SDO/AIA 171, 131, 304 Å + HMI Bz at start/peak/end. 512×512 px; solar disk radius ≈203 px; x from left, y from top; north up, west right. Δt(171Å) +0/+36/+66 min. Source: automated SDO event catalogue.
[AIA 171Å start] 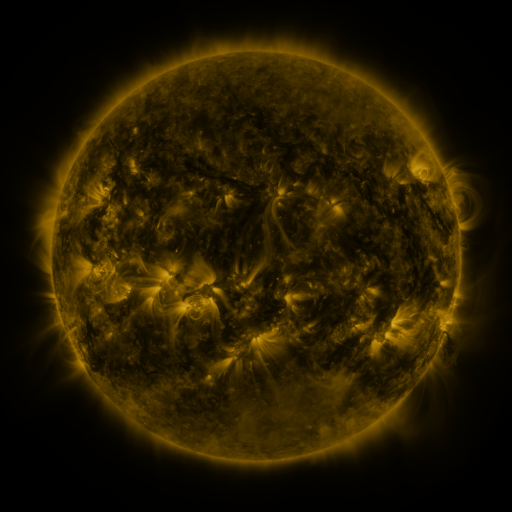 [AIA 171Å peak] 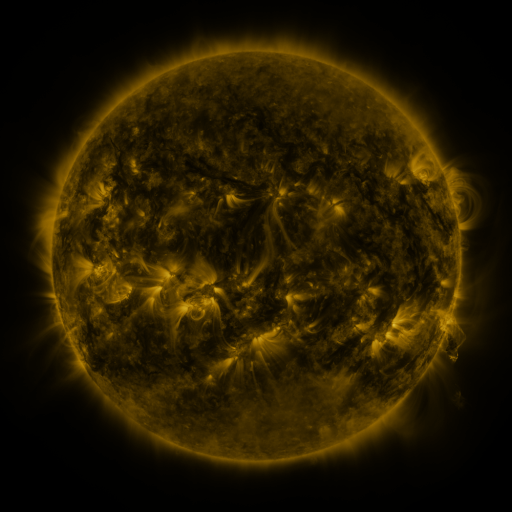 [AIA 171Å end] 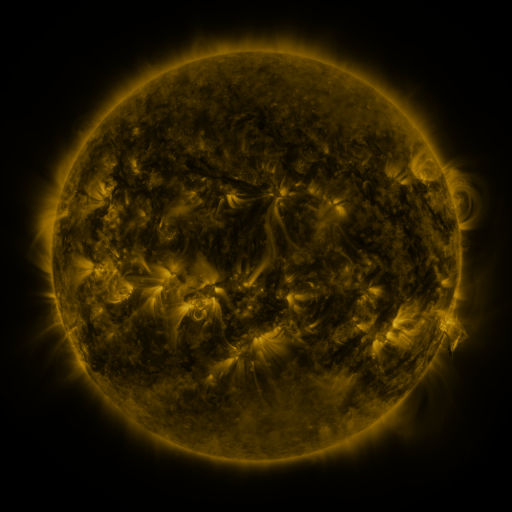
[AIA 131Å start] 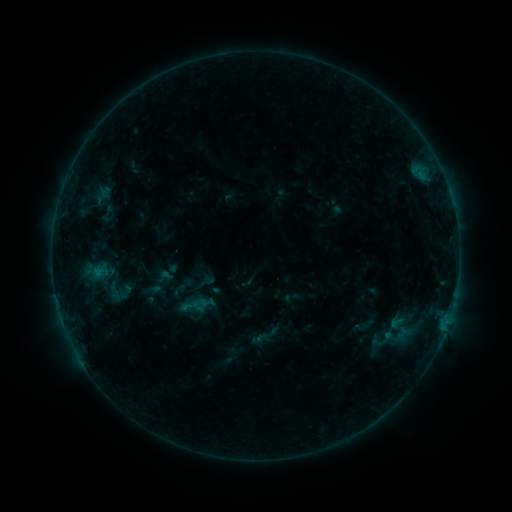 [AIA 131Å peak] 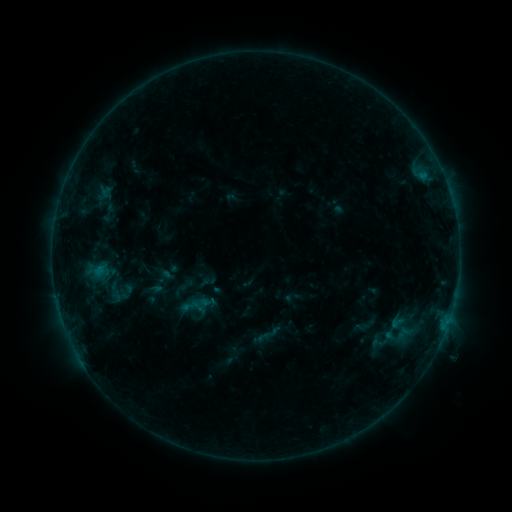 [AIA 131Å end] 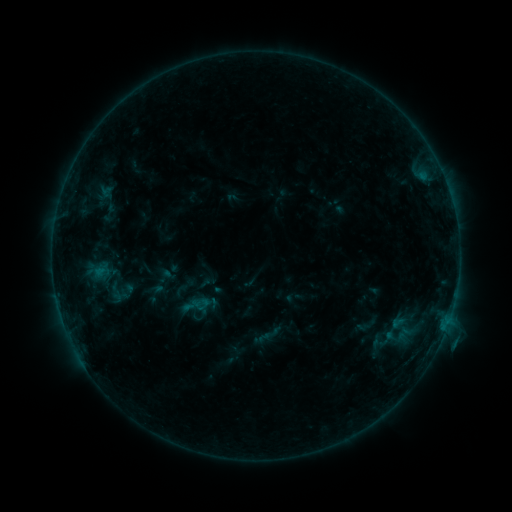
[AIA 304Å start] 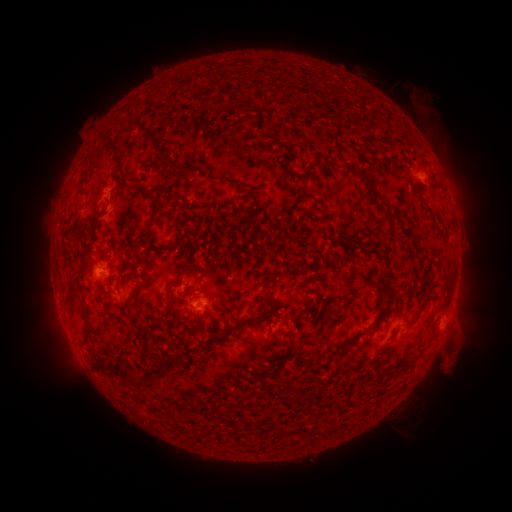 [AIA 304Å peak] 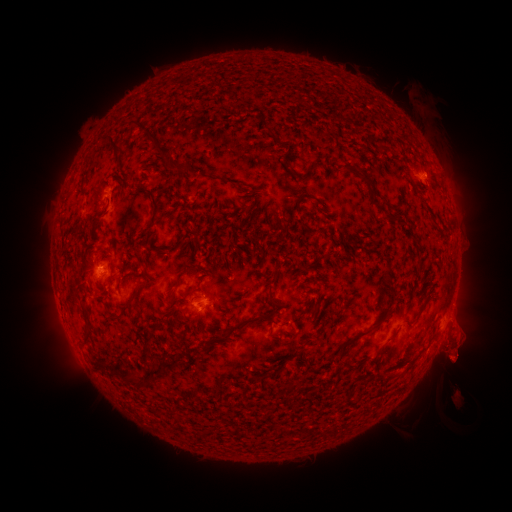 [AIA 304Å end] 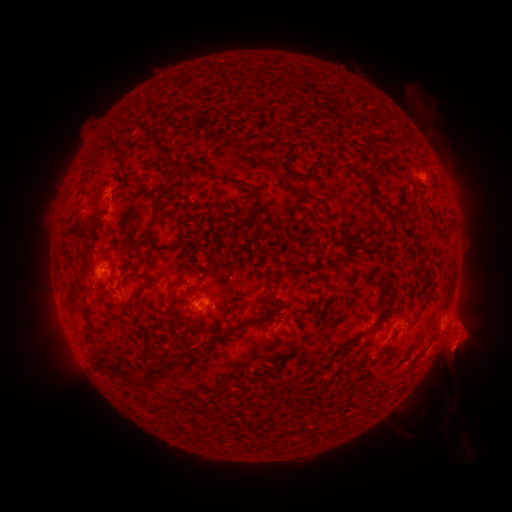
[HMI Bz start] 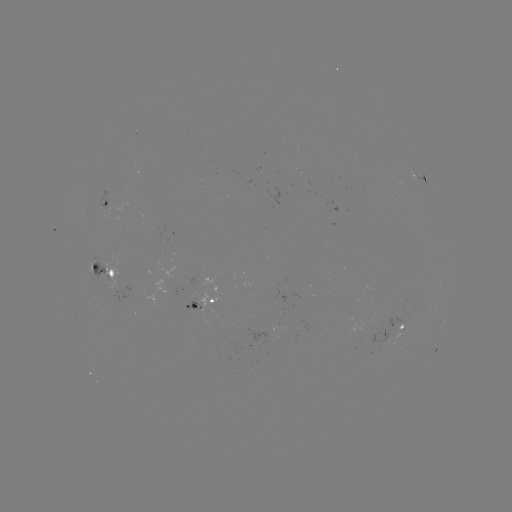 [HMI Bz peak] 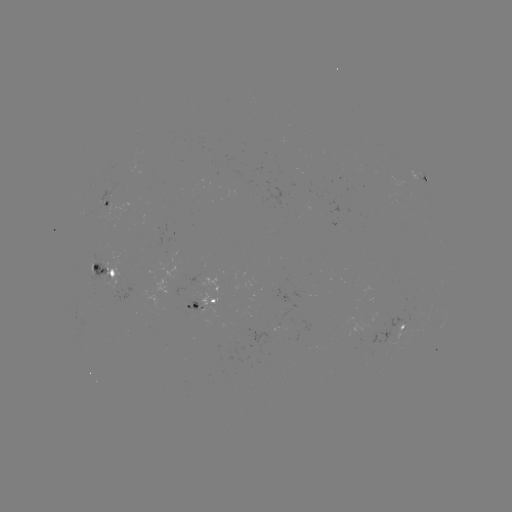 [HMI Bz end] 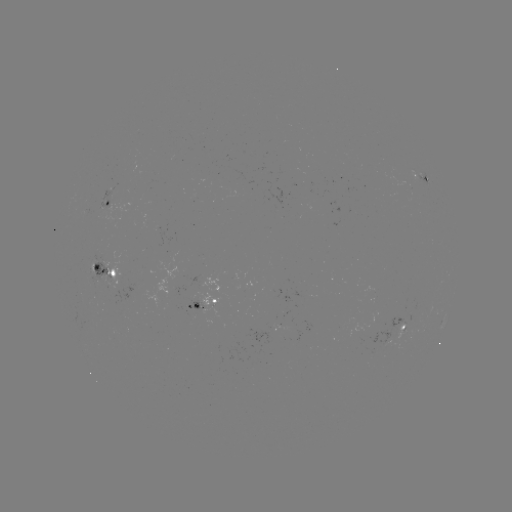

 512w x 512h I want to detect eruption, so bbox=[421, 309, 492, 412].